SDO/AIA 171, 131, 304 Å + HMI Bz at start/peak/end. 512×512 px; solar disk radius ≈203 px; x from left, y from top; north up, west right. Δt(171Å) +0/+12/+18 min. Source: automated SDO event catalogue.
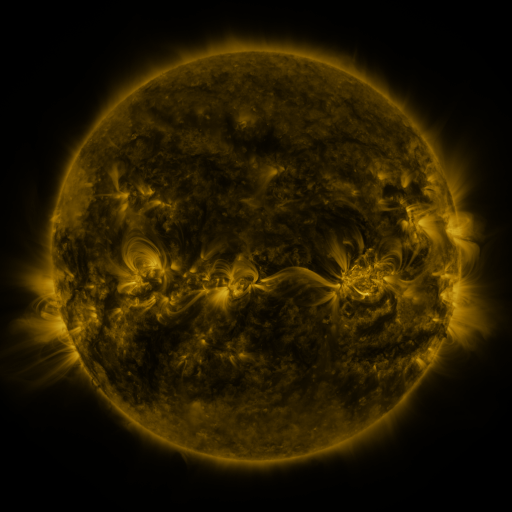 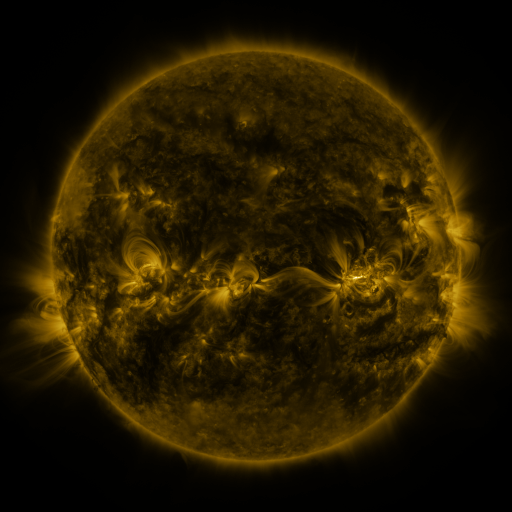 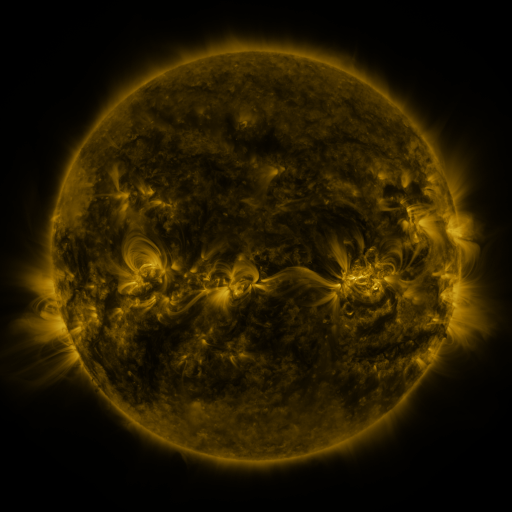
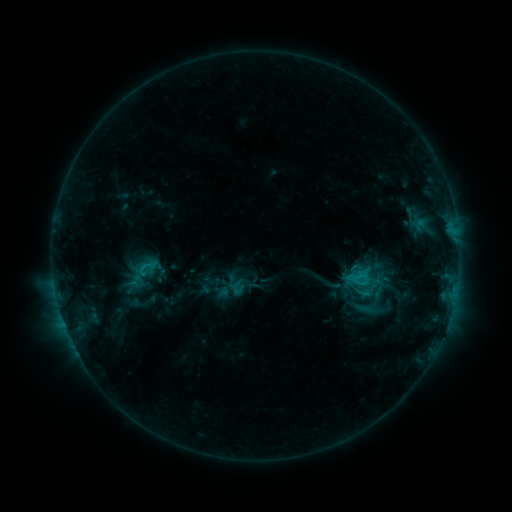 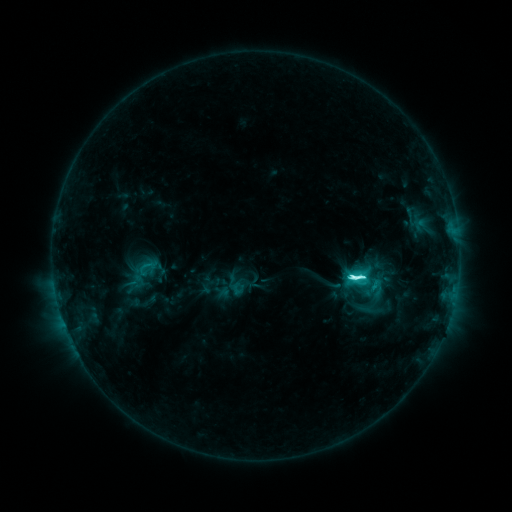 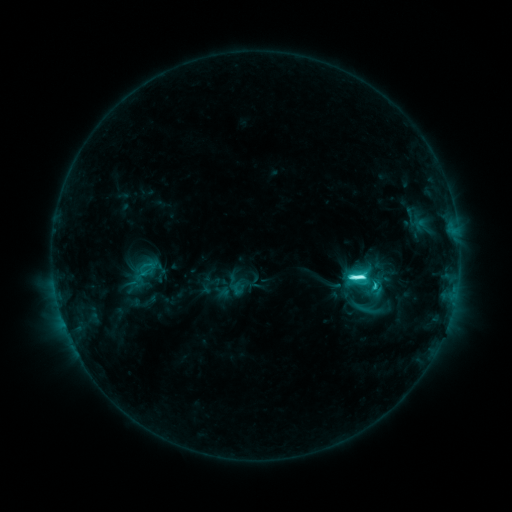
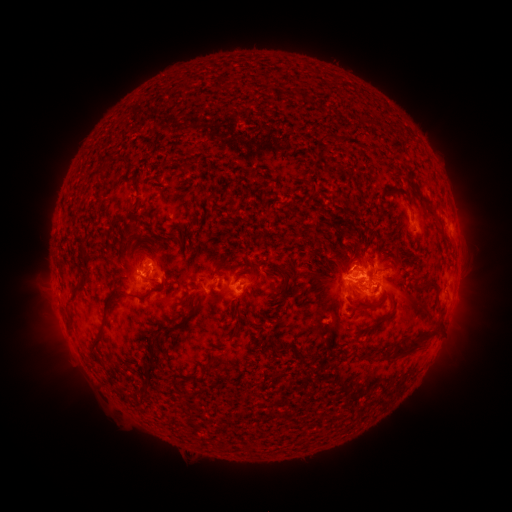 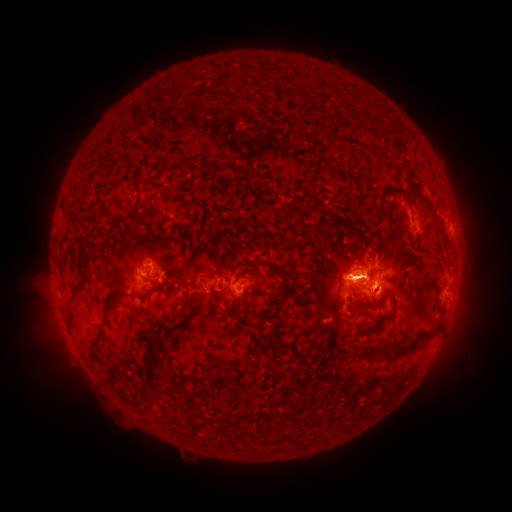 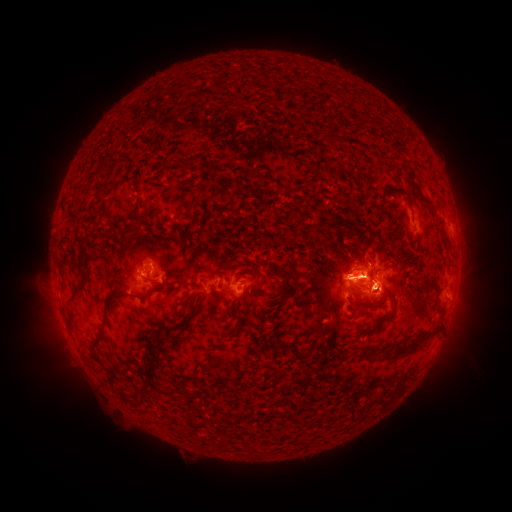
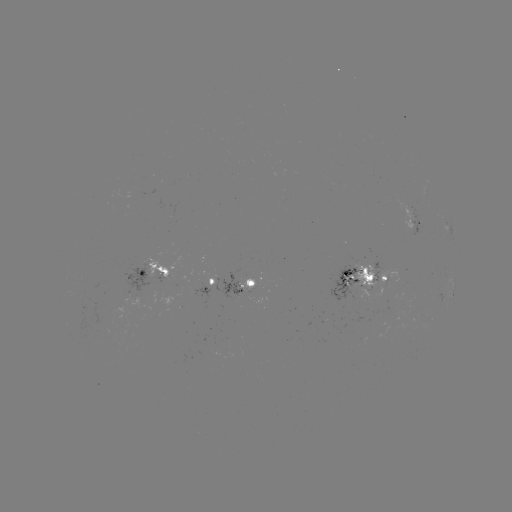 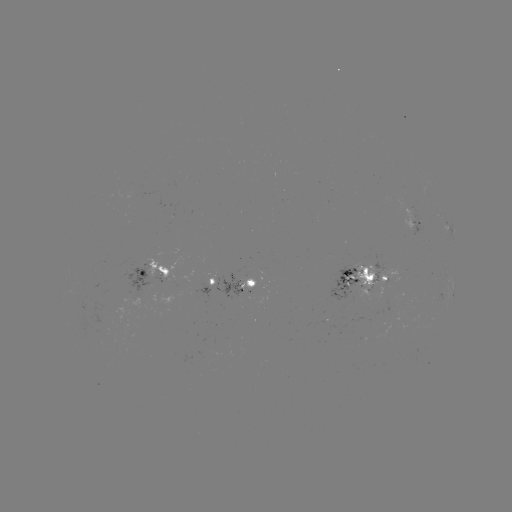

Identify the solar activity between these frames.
M1.1 flare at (355, 277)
